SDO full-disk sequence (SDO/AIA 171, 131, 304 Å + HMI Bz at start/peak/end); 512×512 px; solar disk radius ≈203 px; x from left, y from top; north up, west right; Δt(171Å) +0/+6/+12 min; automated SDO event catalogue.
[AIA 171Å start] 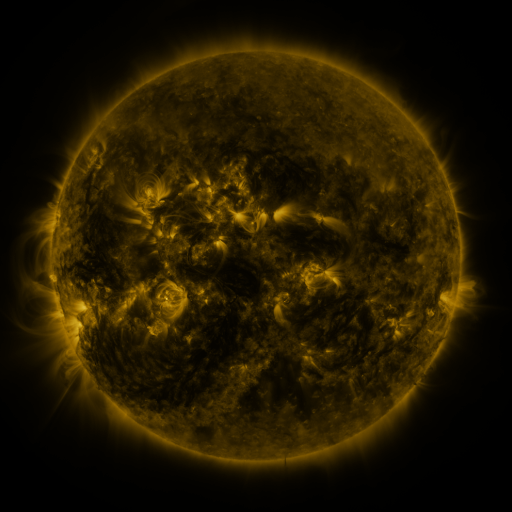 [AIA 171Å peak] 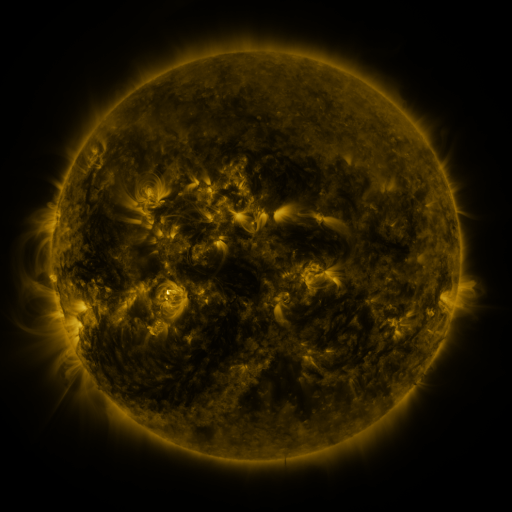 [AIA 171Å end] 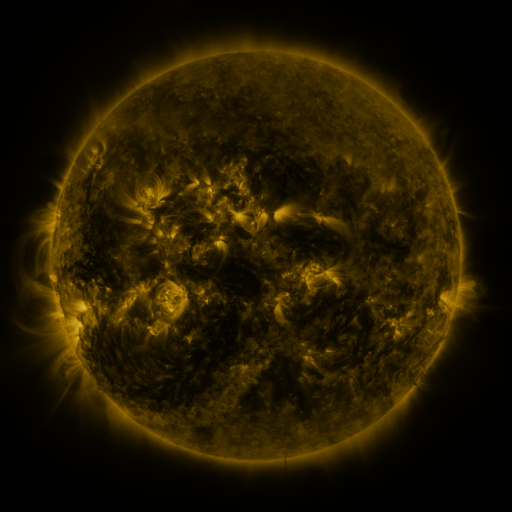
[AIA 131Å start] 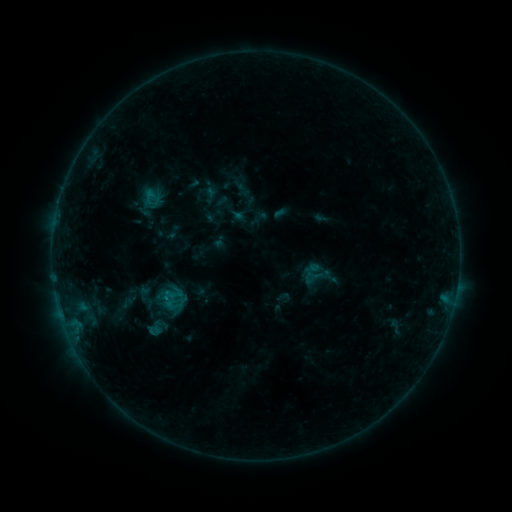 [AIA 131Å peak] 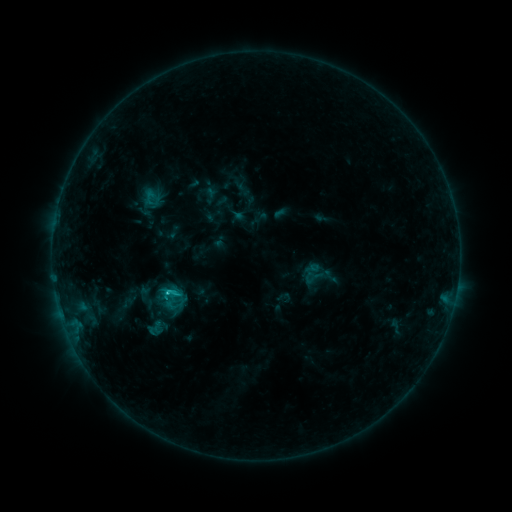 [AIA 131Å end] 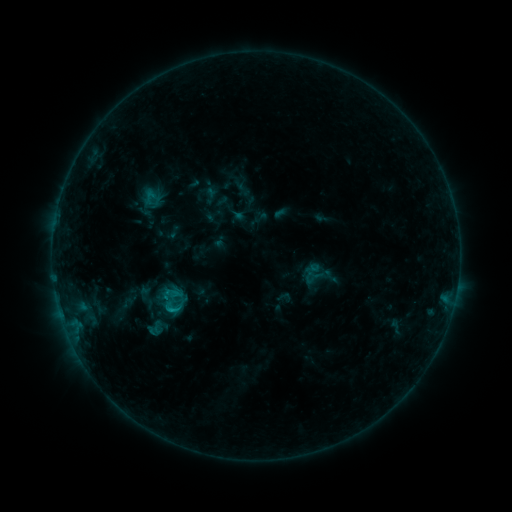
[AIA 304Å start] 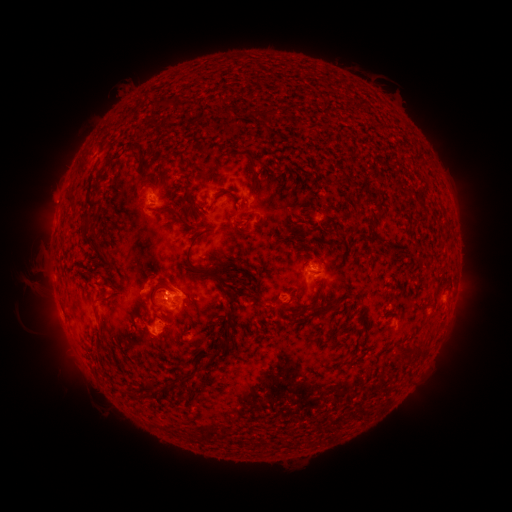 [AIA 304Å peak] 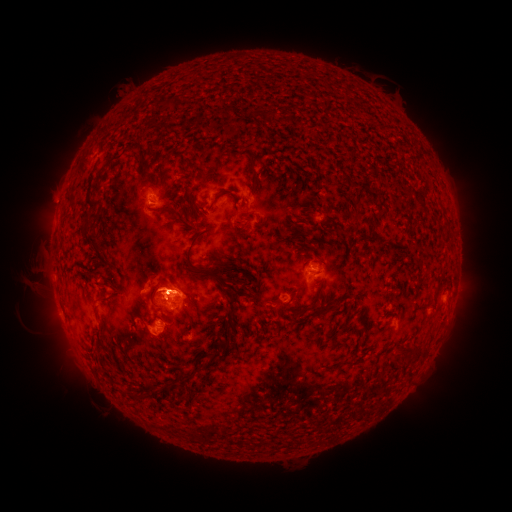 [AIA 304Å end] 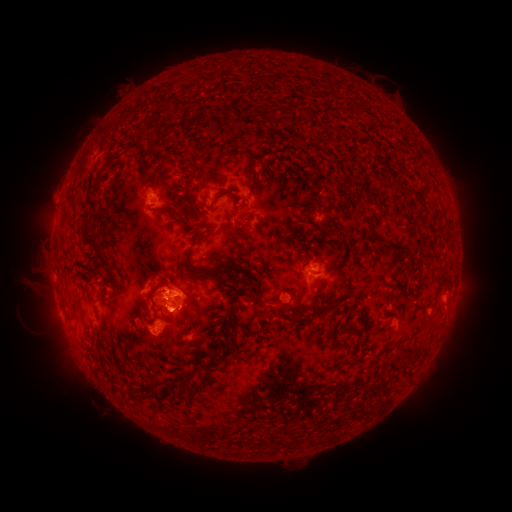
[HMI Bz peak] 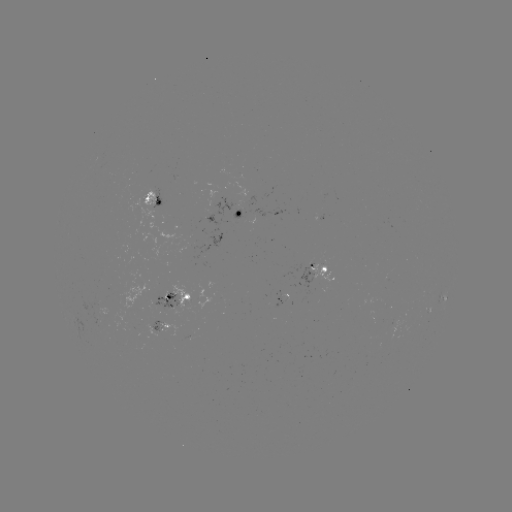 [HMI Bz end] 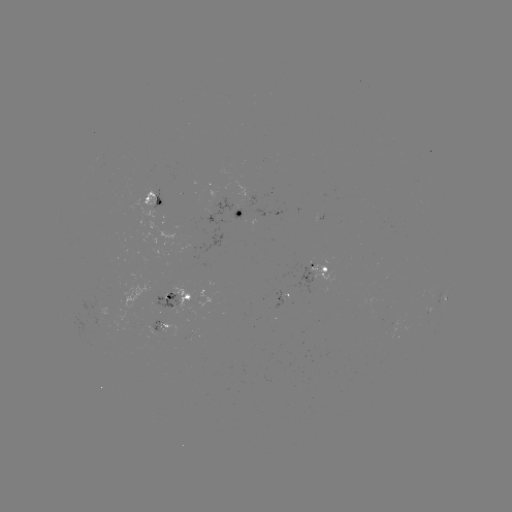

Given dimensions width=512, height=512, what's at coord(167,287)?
C1.2 flare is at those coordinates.